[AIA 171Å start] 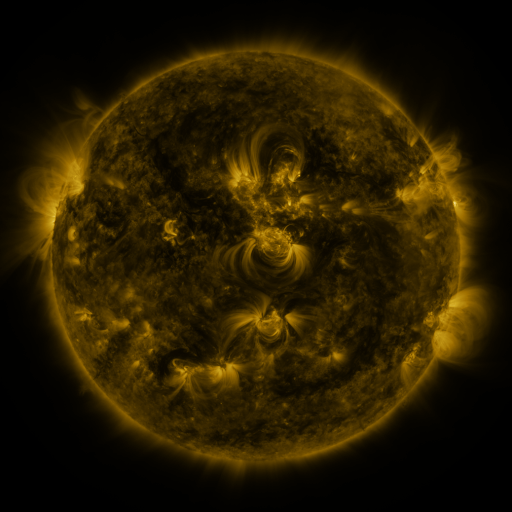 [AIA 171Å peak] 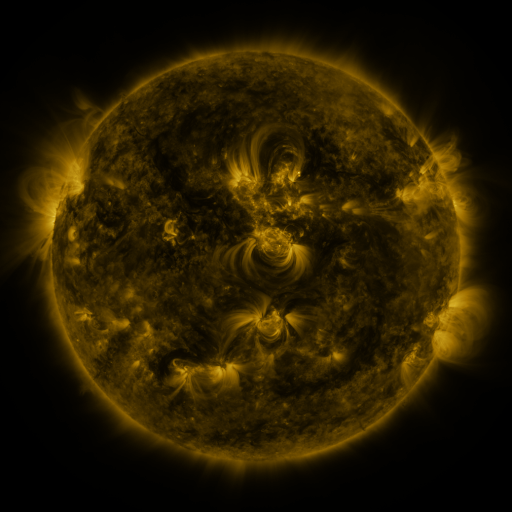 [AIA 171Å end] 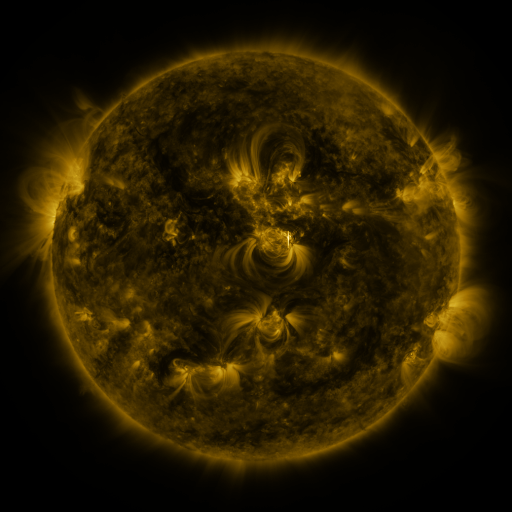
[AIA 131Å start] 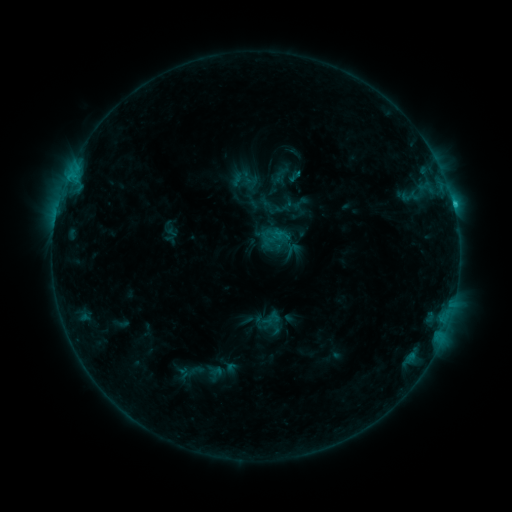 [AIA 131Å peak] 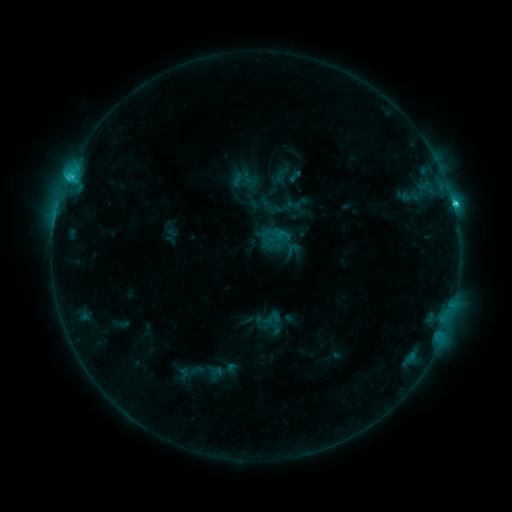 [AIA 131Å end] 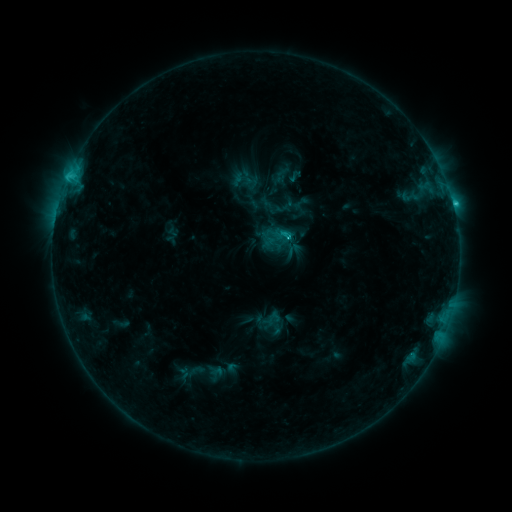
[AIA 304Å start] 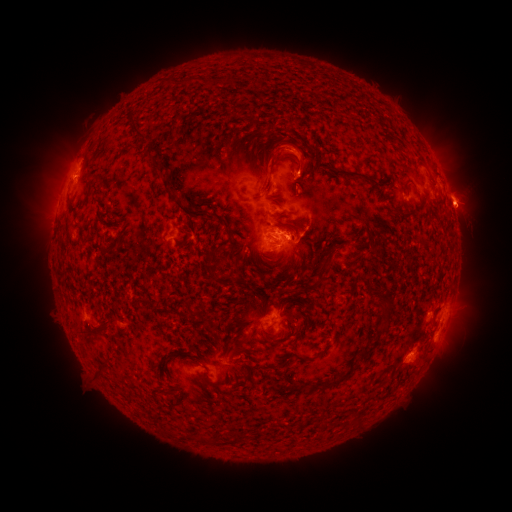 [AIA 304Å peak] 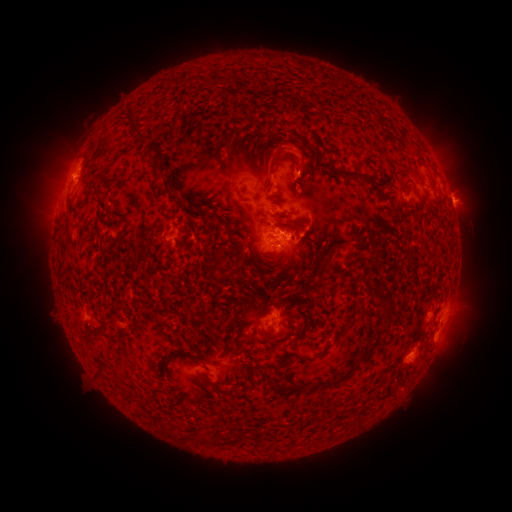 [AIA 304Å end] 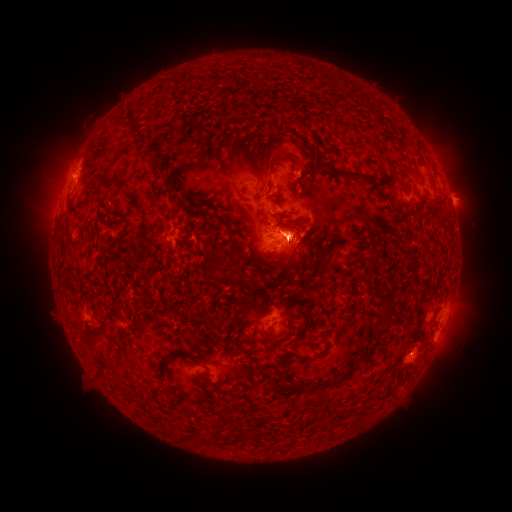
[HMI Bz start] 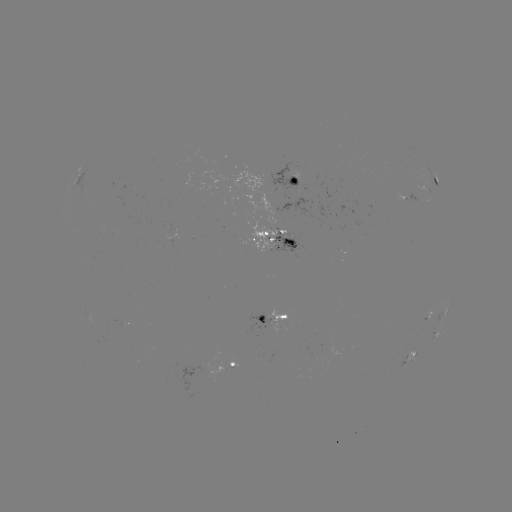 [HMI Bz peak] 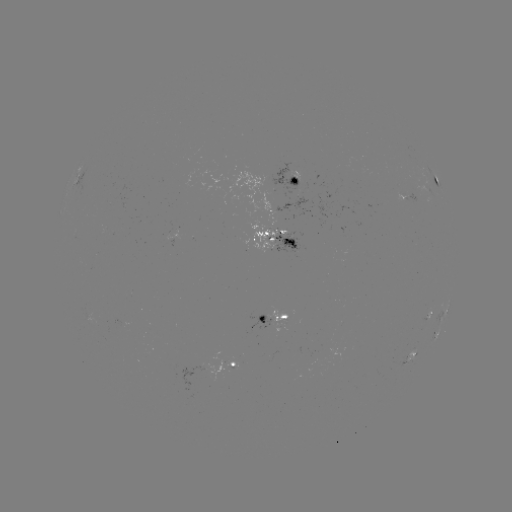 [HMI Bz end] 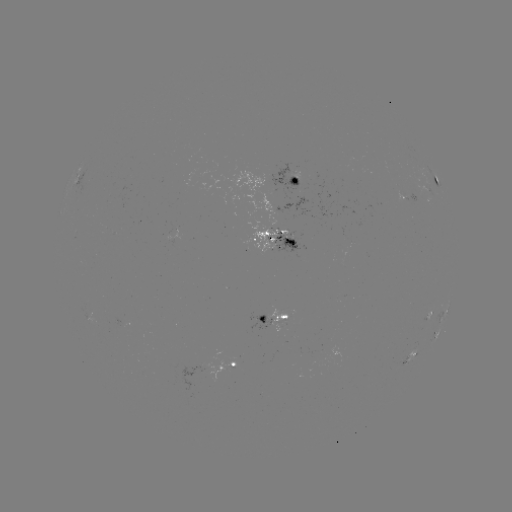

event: flare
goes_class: C3.7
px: (453, 207)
